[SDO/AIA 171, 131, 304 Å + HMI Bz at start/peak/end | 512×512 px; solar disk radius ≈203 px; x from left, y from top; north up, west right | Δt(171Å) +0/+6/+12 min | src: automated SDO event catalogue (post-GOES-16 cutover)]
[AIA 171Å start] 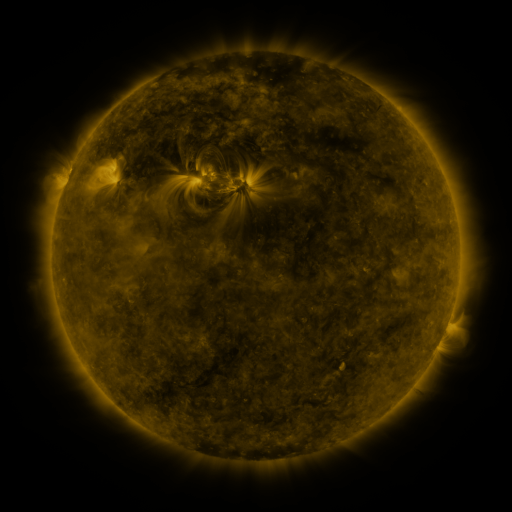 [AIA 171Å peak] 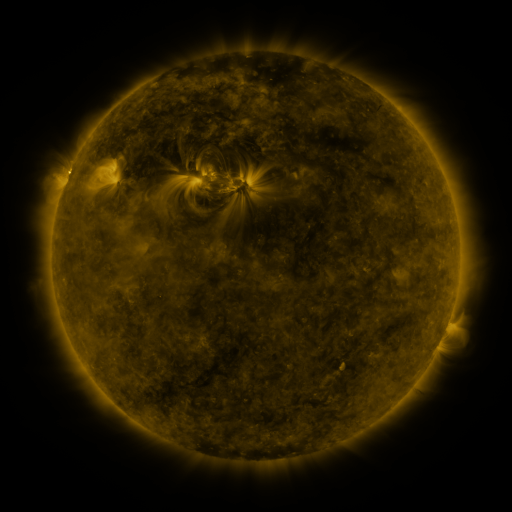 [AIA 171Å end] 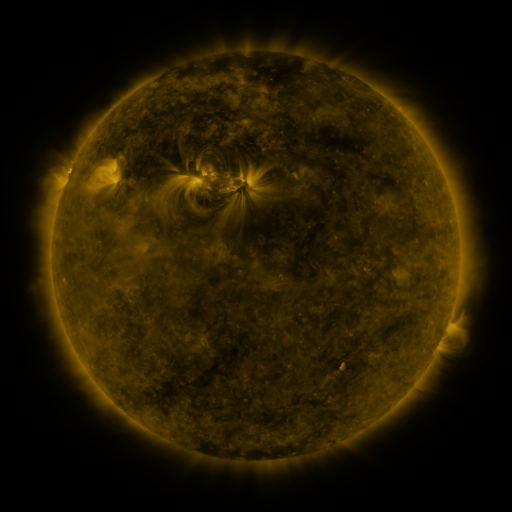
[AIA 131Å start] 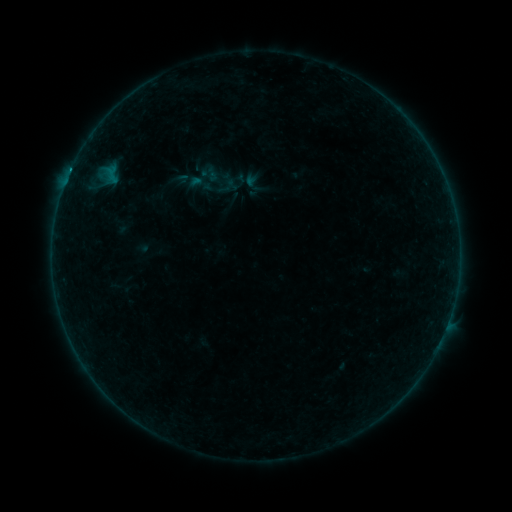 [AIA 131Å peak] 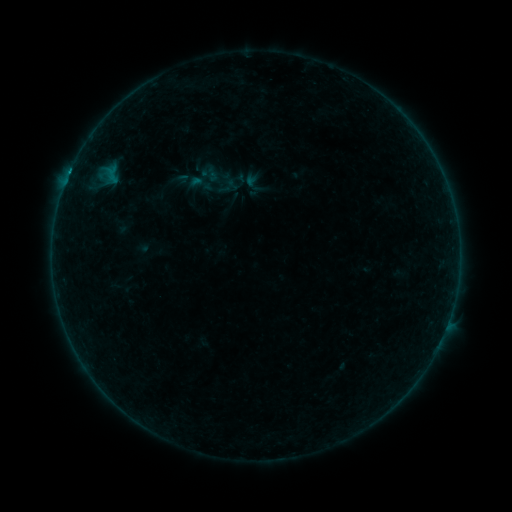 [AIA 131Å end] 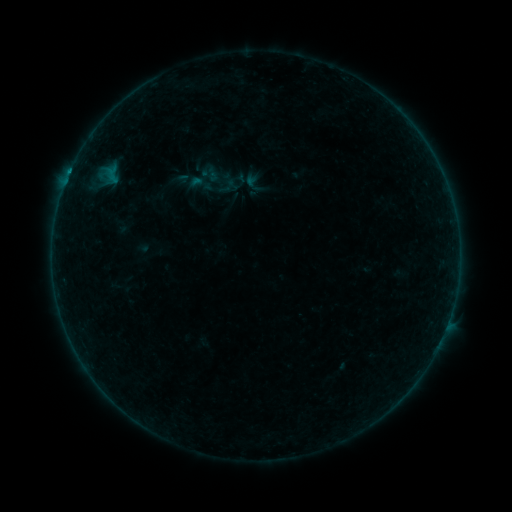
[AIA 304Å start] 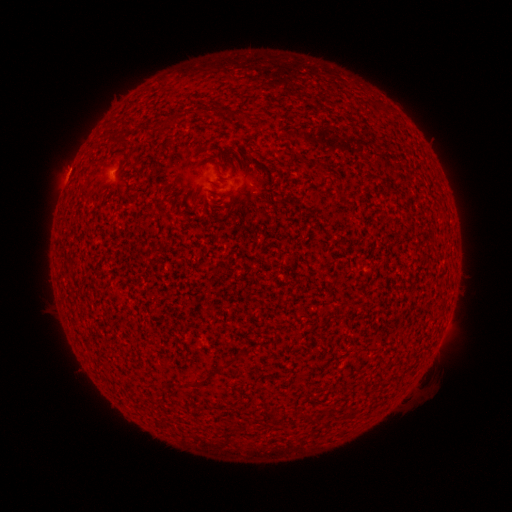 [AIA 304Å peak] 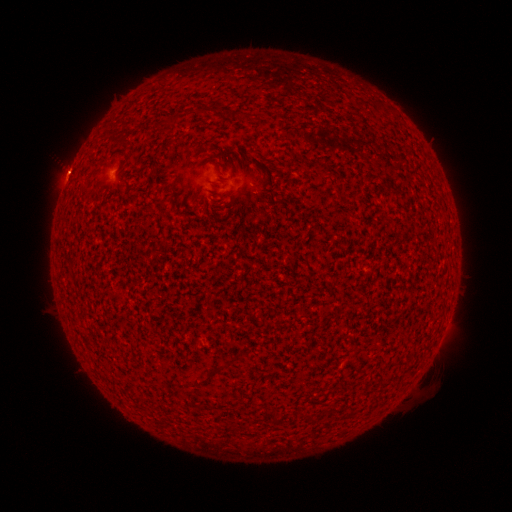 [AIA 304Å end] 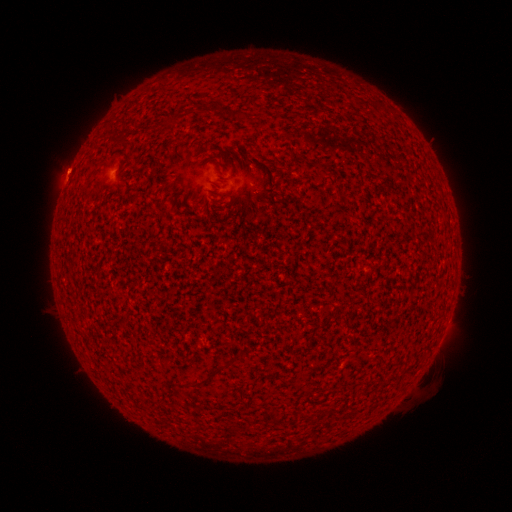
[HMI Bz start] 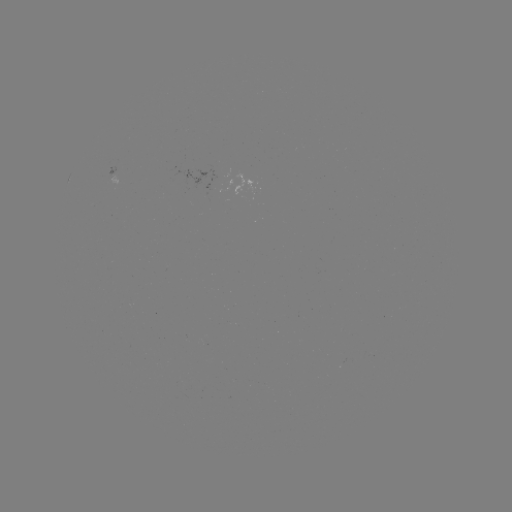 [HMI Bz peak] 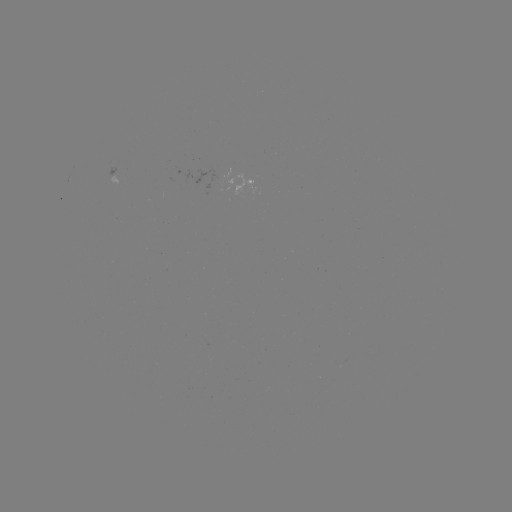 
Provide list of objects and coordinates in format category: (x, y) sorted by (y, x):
B3.0 flare: (69, 178)
